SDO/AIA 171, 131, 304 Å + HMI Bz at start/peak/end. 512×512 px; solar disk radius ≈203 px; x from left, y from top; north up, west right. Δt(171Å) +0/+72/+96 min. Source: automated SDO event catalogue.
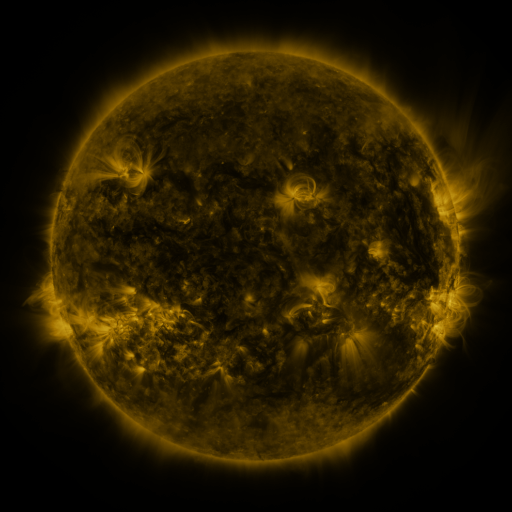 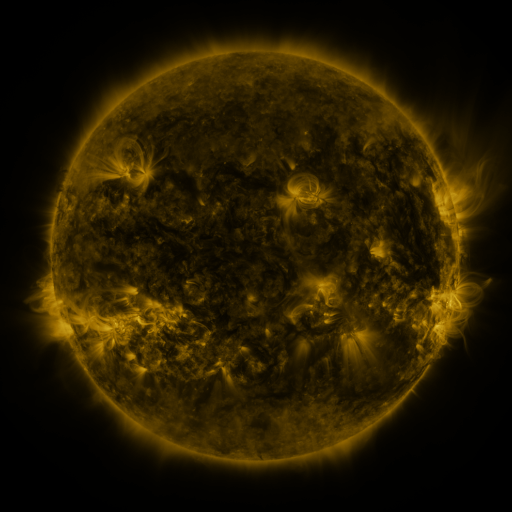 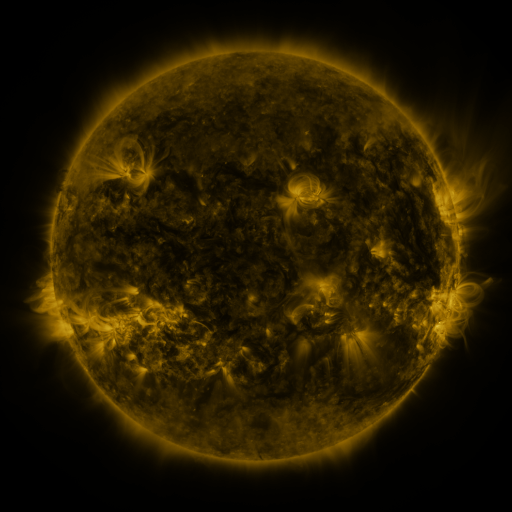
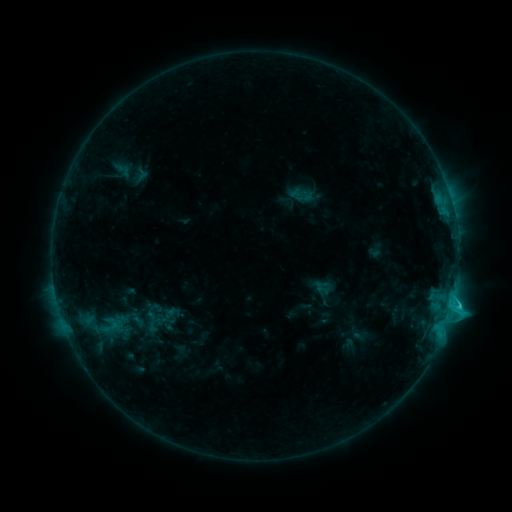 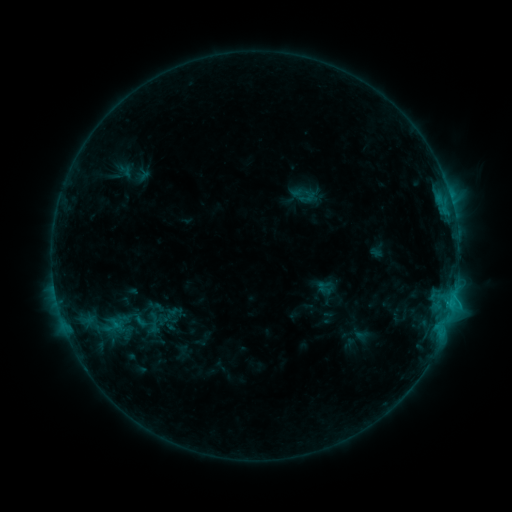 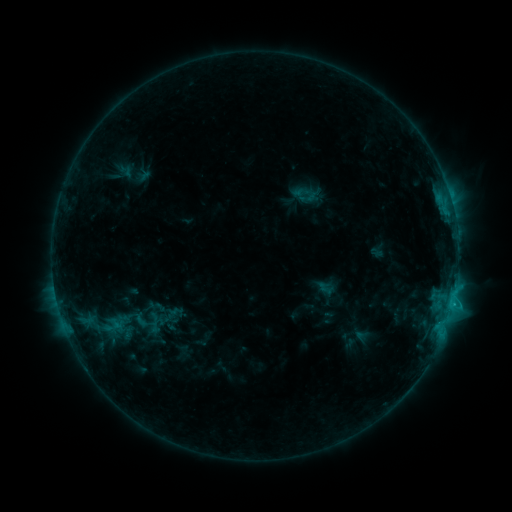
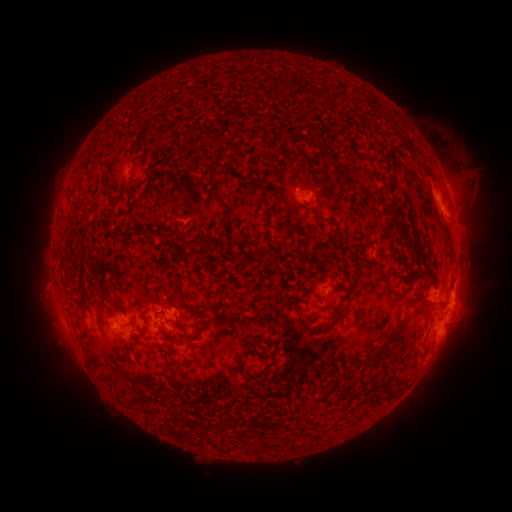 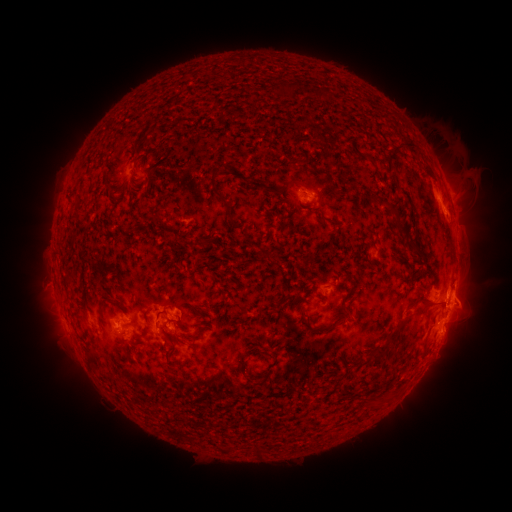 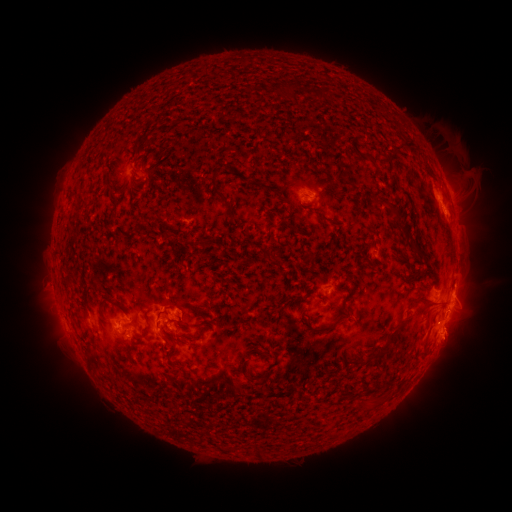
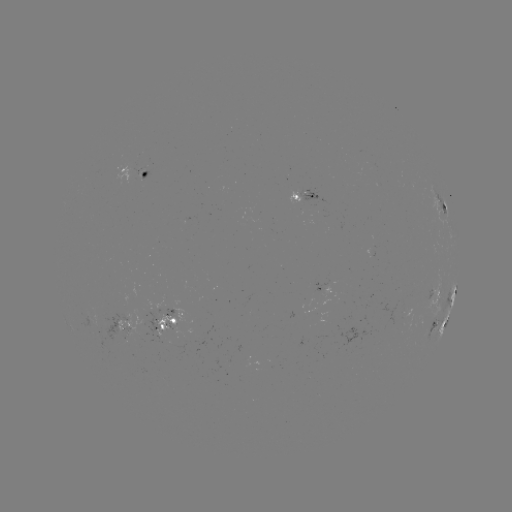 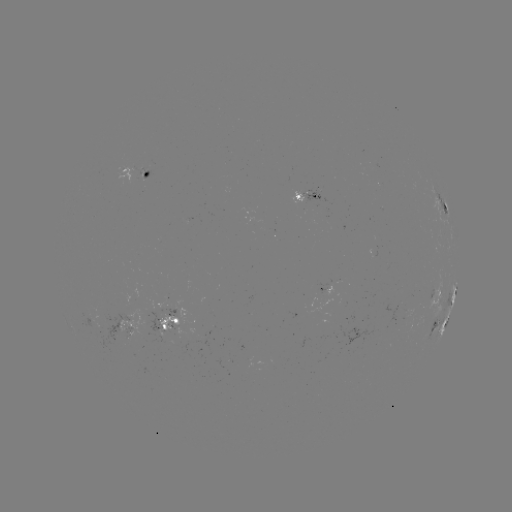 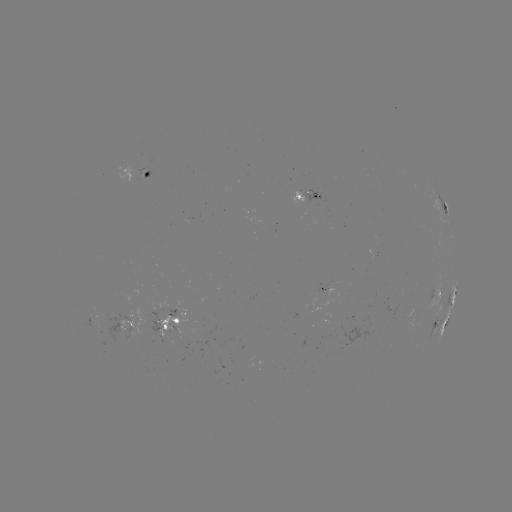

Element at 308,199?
emerging-flux region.